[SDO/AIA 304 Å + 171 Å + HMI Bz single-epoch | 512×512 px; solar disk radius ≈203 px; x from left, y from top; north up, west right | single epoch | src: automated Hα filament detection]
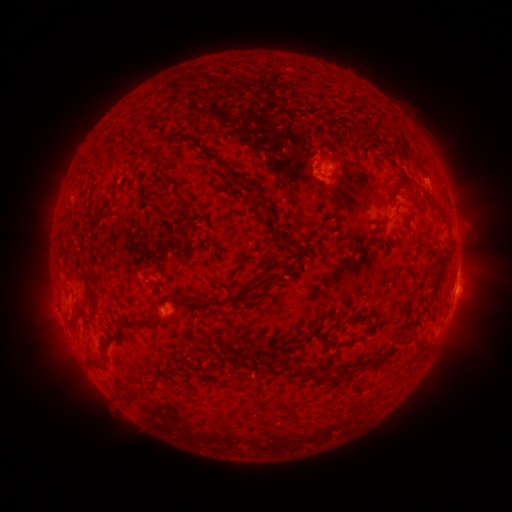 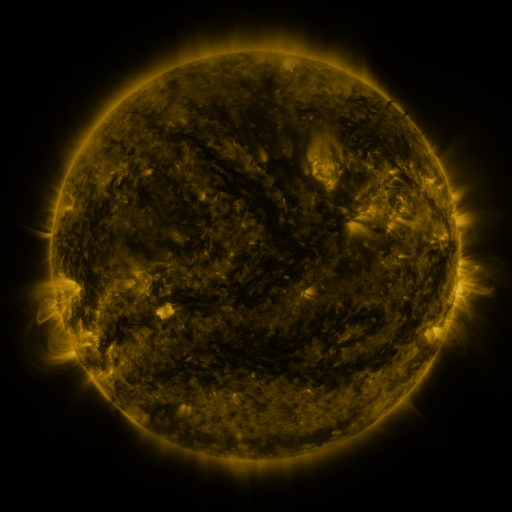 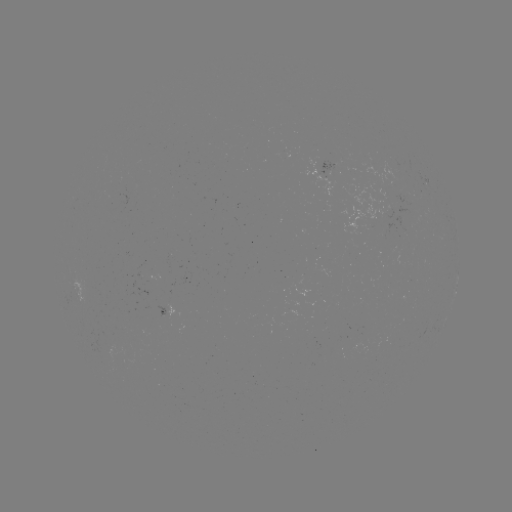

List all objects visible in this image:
filament: (331, 156)
filament: (334, 170)
filament: (424, 191)
filament: (182, 207)
filament: (387, 212)
filament: (162, 214)
filament: (178, 222)
filament: (401, 236)
filament: (288, 242)
filament: (85, 274)
filament: (439, 279)
filament: (233, 298)
filament: (91, 300)
filament: (123, 338)
filament: (341, 343)
filament: (219, 353)
filament: (259, 354)
filament: (381, 357)
filament: (319, 368)
filament: (338, 376)
filament: (138, 393)
